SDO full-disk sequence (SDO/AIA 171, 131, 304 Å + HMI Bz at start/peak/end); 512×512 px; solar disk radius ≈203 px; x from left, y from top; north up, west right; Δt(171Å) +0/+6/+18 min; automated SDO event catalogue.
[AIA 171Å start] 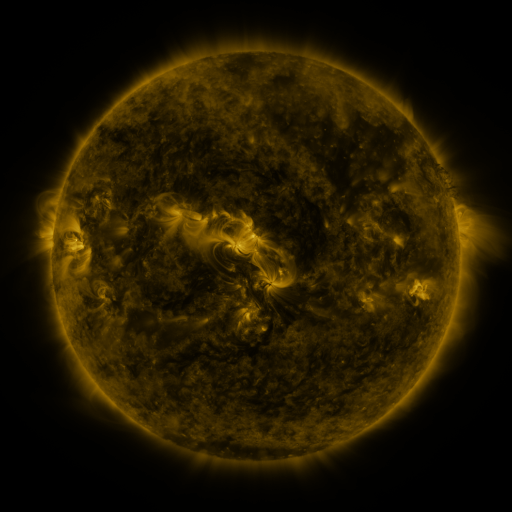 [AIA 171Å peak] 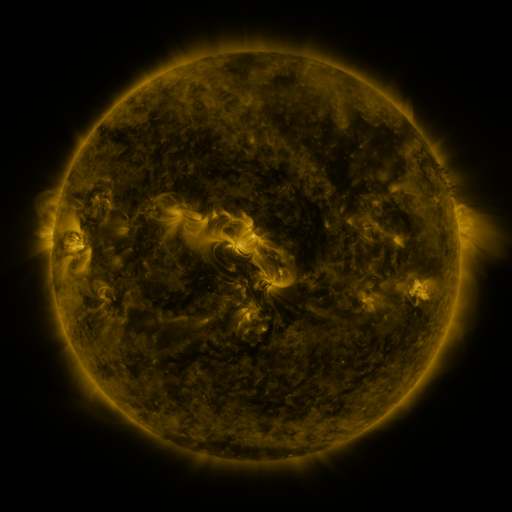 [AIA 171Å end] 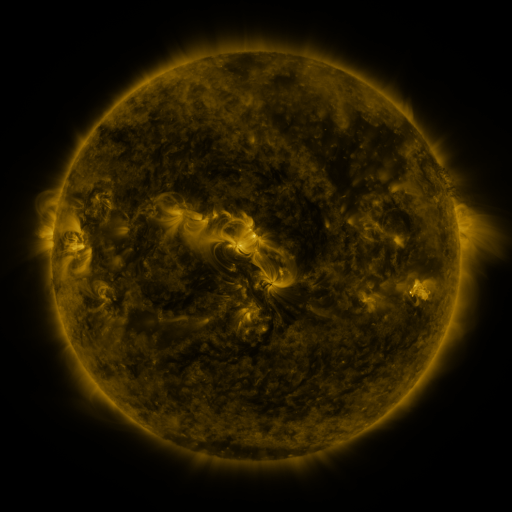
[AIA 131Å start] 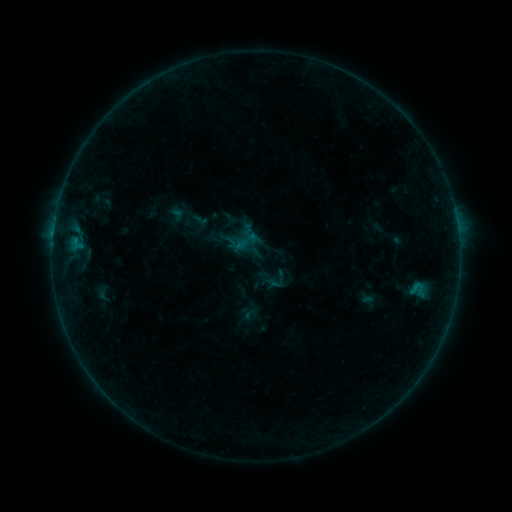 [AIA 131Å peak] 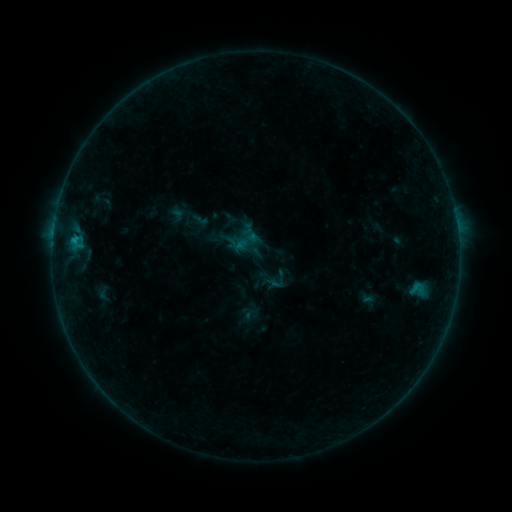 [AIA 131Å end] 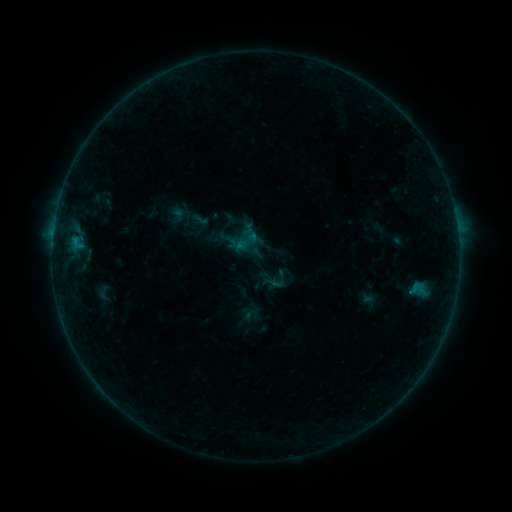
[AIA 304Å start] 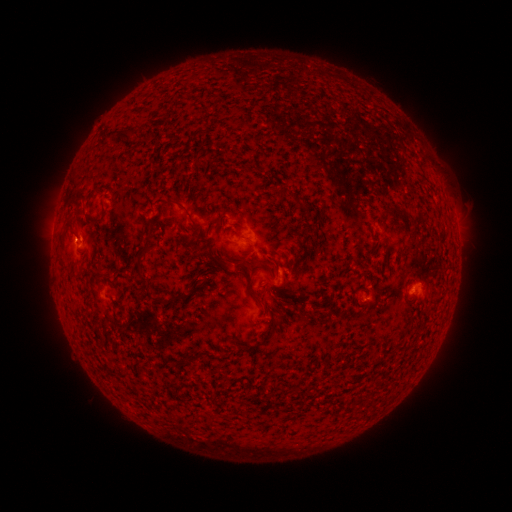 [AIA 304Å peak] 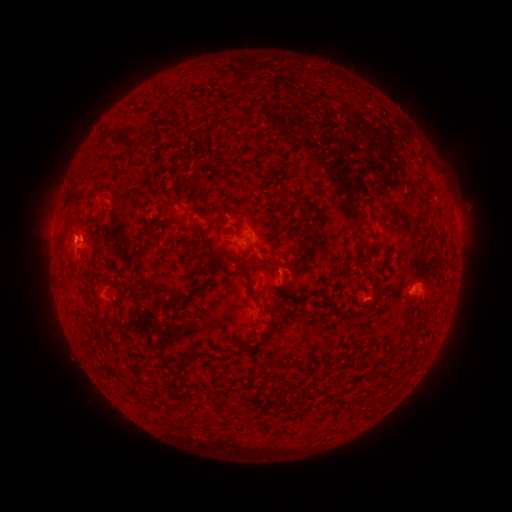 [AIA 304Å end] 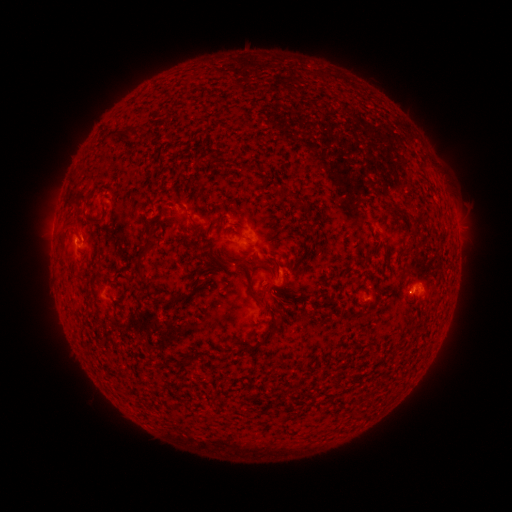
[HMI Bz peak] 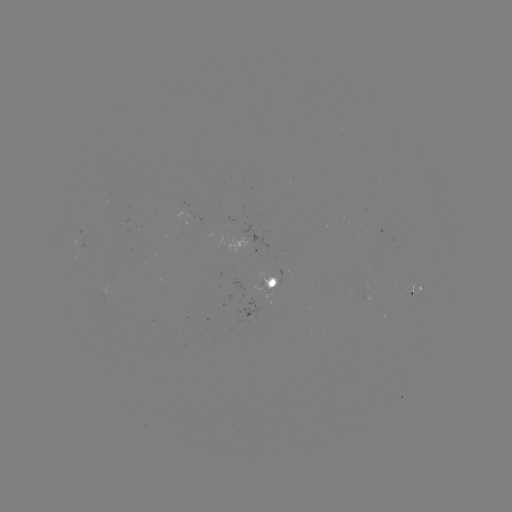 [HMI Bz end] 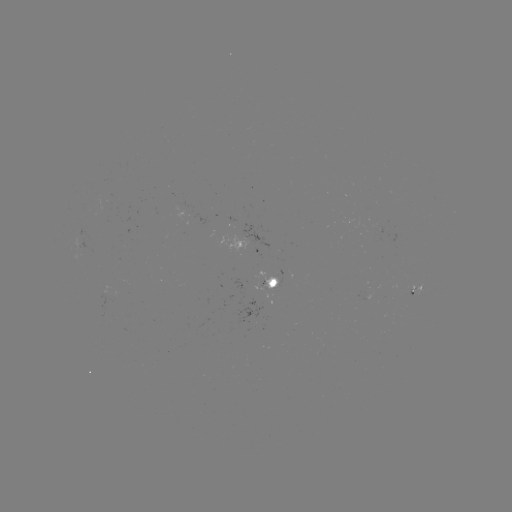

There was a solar flare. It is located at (75, 243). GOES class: B4.0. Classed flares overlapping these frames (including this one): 1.